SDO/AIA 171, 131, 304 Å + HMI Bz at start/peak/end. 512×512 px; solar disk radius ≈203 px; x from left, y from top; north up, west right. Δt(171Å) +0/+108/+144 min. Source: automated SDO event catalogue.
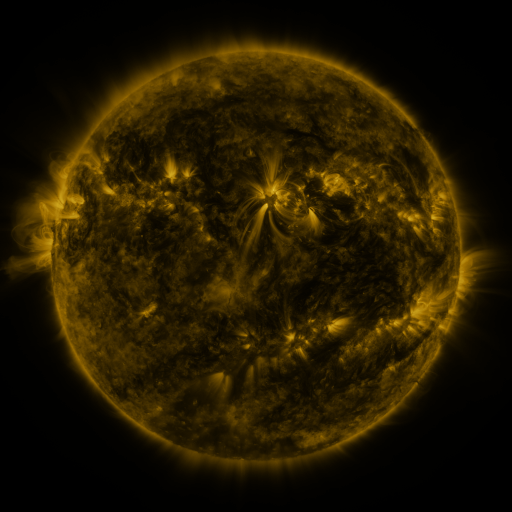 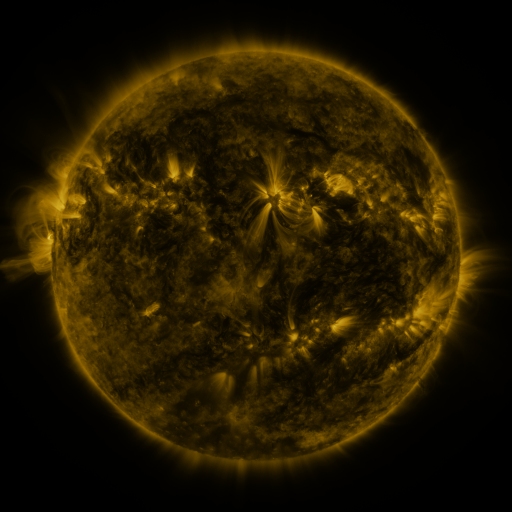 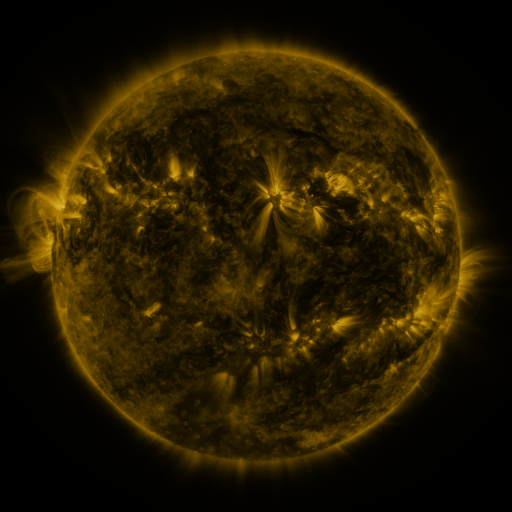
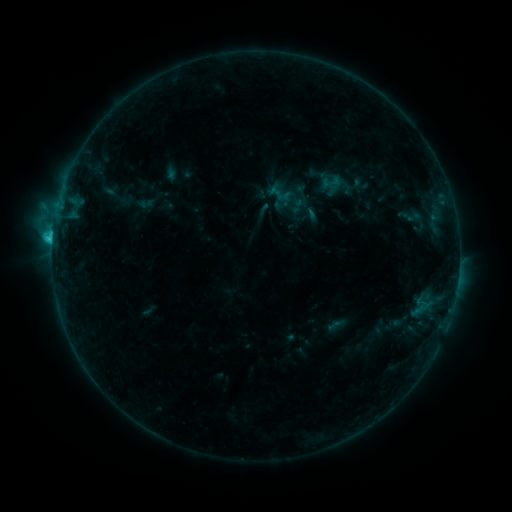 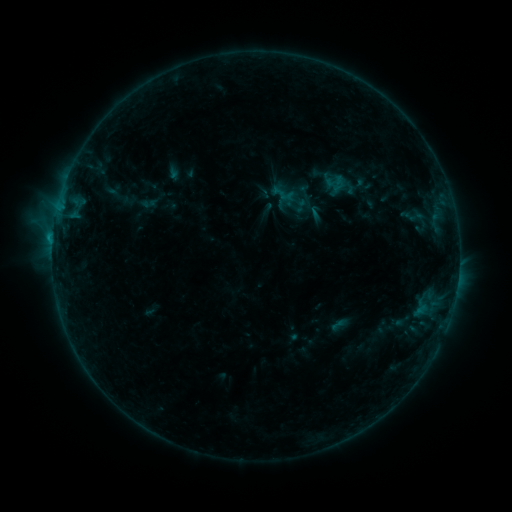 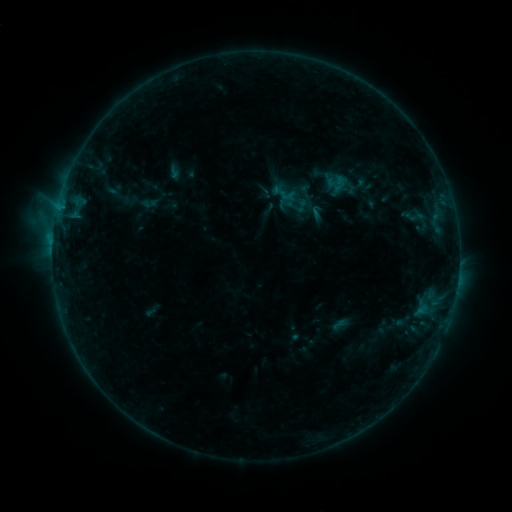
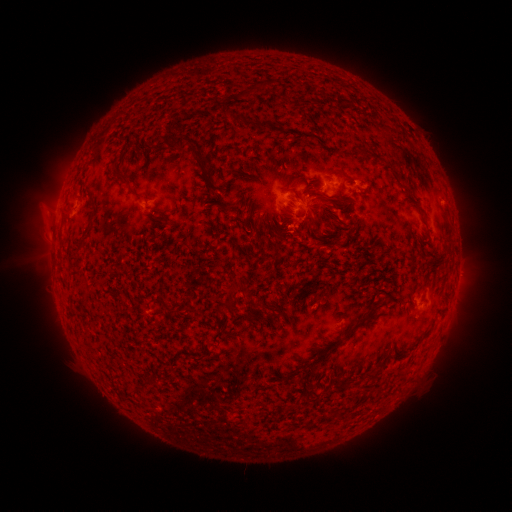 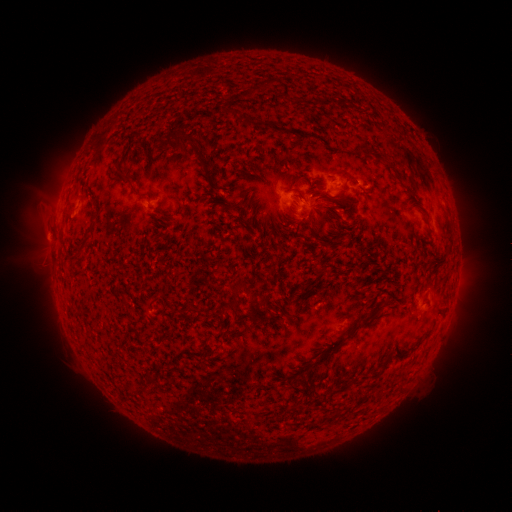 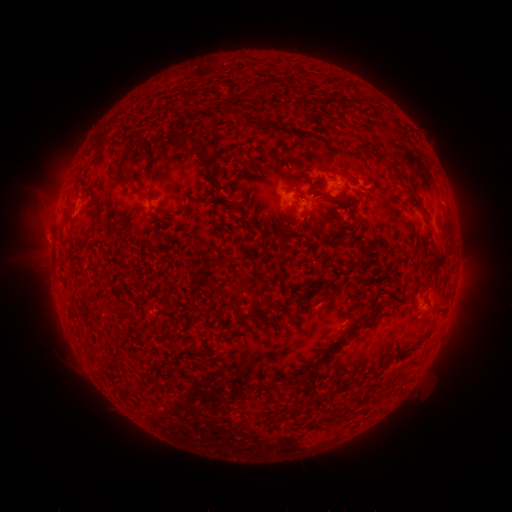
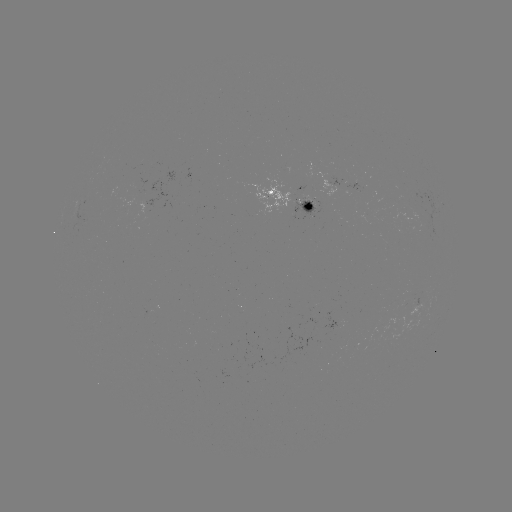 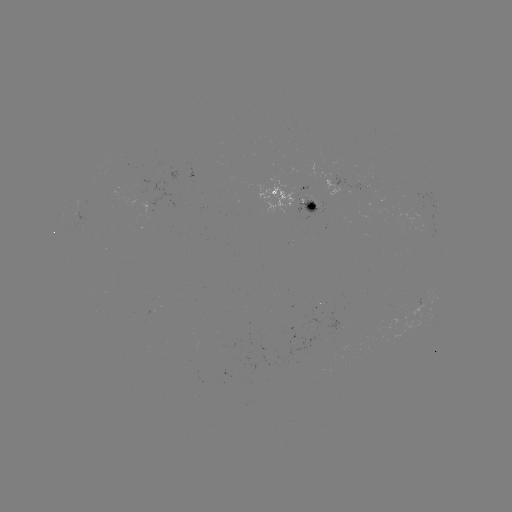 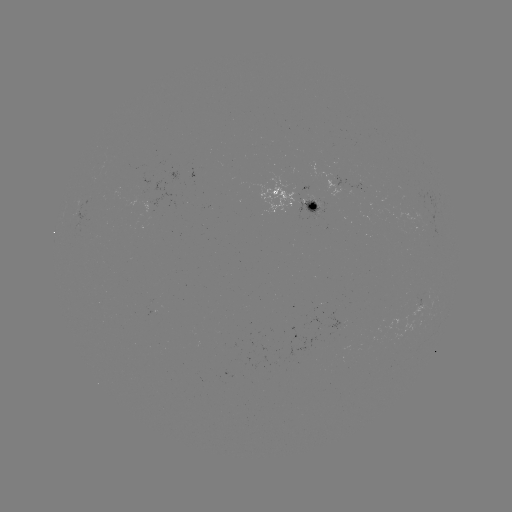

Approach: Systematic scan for emerging-flux region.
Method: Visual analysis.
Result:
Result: emerging-flux region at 306,204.